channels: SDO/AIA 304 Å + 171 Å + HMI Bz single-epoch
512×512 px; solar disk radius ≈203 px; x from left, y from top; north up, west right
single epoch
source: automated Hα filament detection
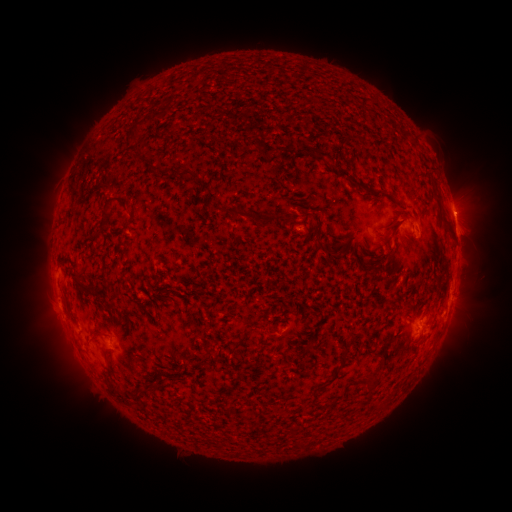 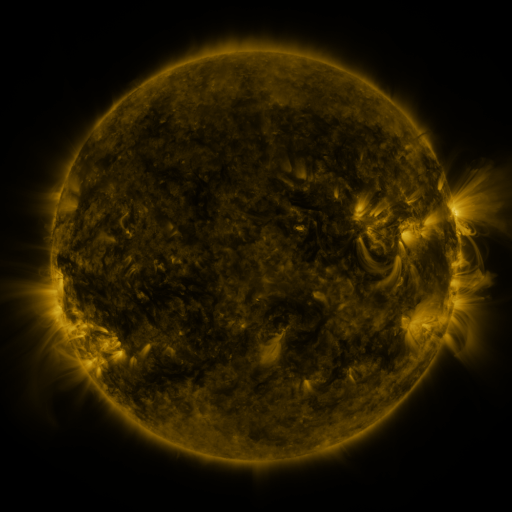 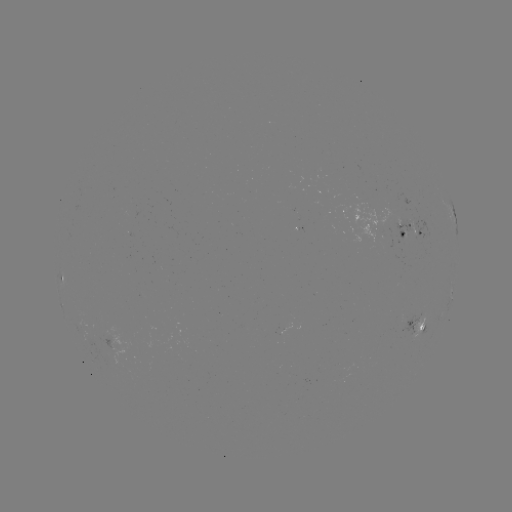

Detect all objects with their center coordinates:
filament: [148, 114, 157, 123]
filament: [125, 120, 150, 167]
filament: [294, 144, 333, 162]
filament: [334, 166, 357, 189]
filament: [178, 169, 195, 183]
filament: [427, 174, 436, 185]
filament: [360, 184, 393, 200]
filament: [431, 188, 440, 204]
filament: [100, 197, 128, 230]
filament: [216, 206, 261, 222]
filament: [275, 210, 295, 223]
filament: [437, 211, 452, 231]
filament: [382, 215, 405, 244]
filament: [313, 233, 327, 252]
filament: [325, 241, 347, 259]
filament: [157, 260, 167, 267]
filament: [70, 273, 85, 287]
filament: [109, 306, 119, 317]
filament: [91, 334, 100, 343]
filament: [232, 334, 249, 353]
filament: [342, 347, 350, 359]
filament: [108, 368, 115, 379]
filament: [365, 377, 377, 391]
filament: [111, 383, 134, 406]
filament: [311, 396, 319, 405]
